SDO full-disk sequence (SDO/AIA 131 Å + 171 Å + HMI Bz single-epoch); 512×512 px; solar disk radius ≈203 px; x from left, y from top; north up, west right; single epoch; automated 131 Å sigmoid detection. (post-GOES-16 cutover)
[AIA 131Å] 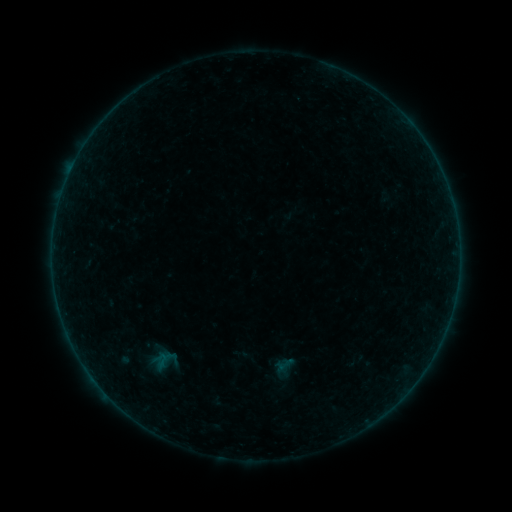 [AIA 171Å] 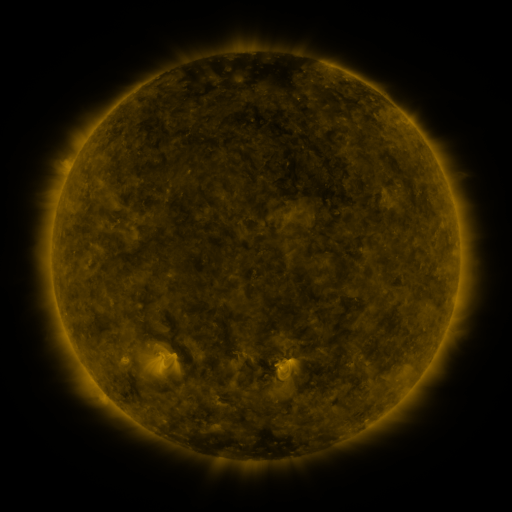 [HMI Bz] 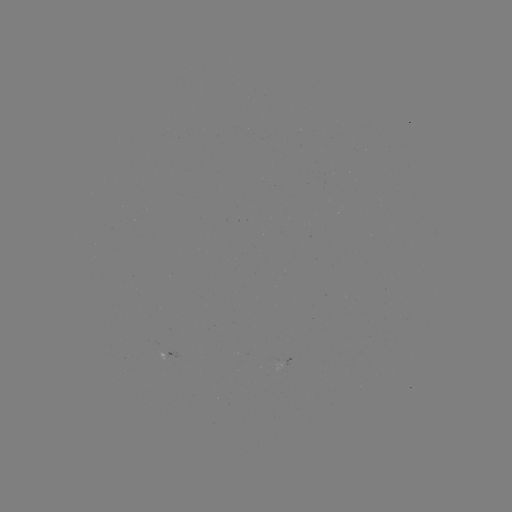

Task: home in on sigmoid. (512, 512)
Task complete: (285, 364).